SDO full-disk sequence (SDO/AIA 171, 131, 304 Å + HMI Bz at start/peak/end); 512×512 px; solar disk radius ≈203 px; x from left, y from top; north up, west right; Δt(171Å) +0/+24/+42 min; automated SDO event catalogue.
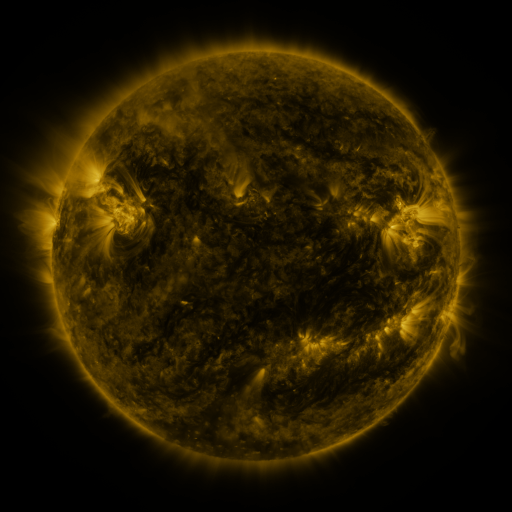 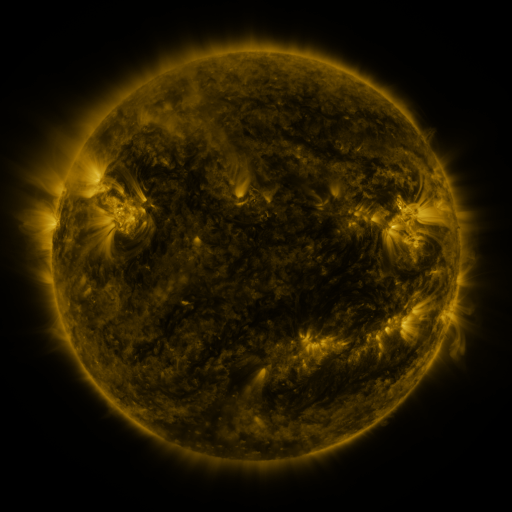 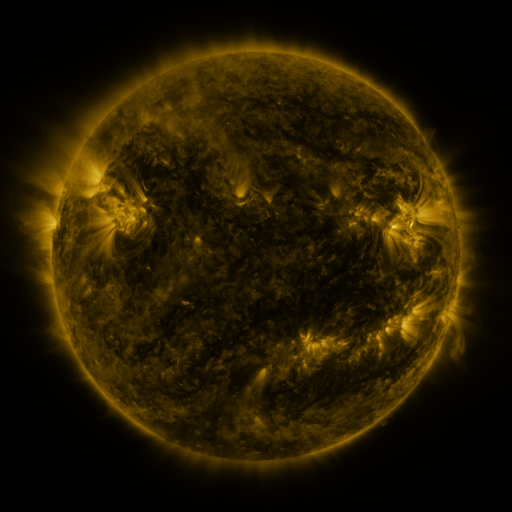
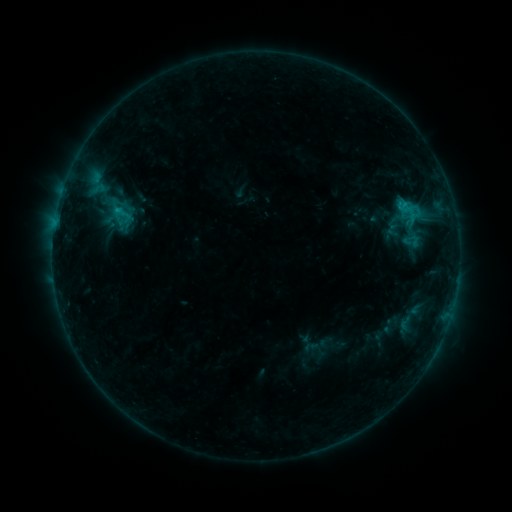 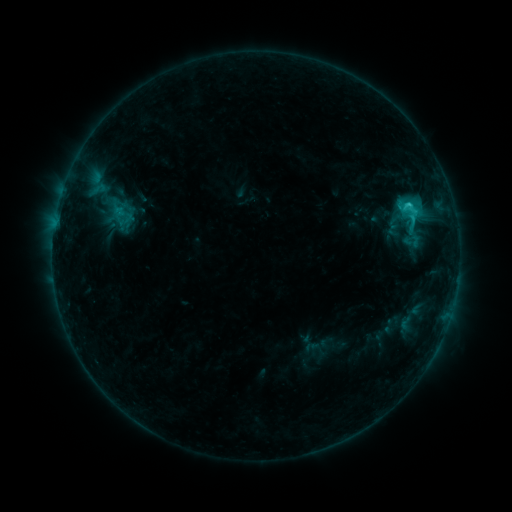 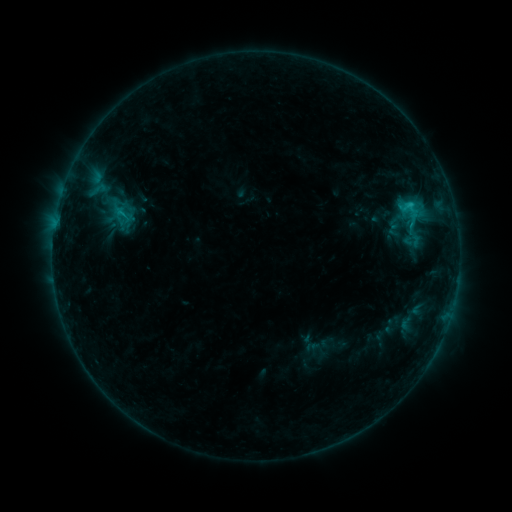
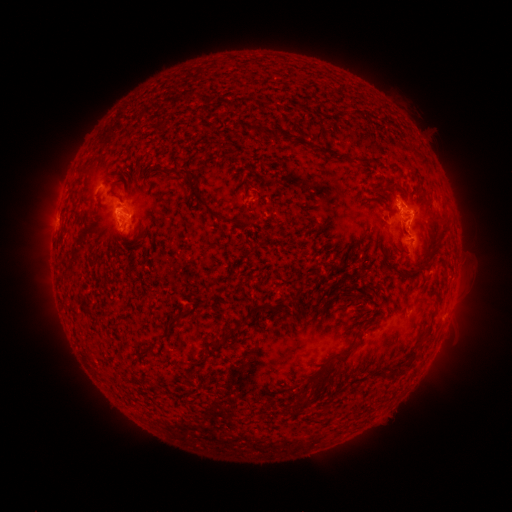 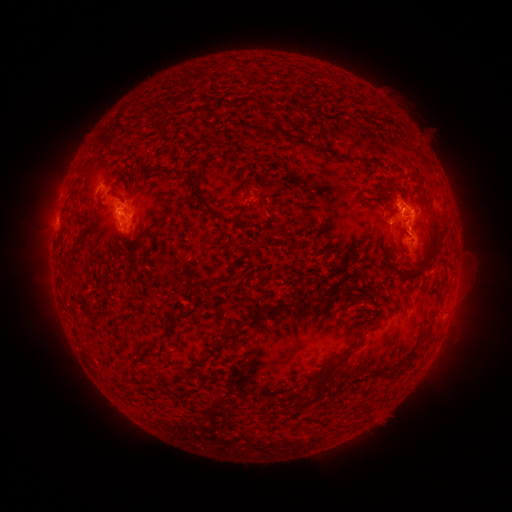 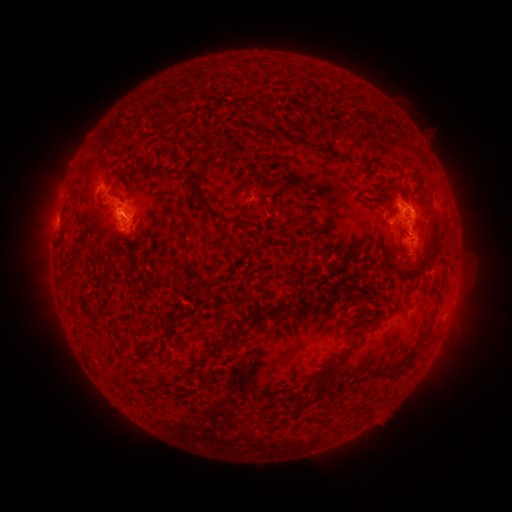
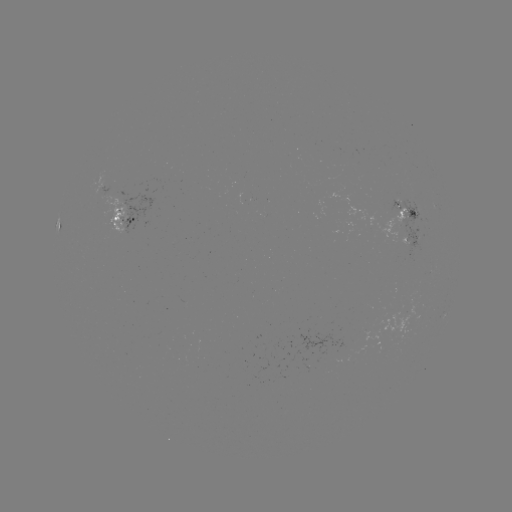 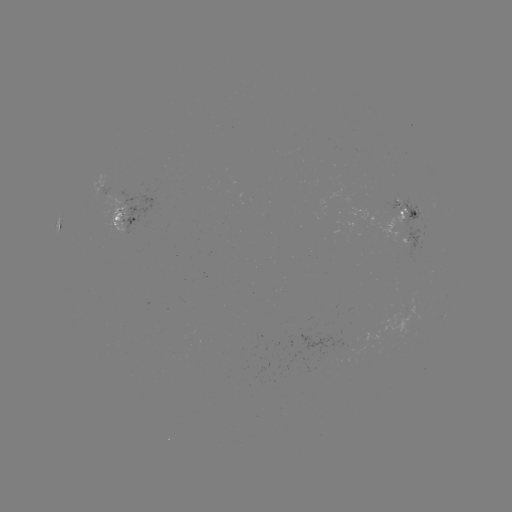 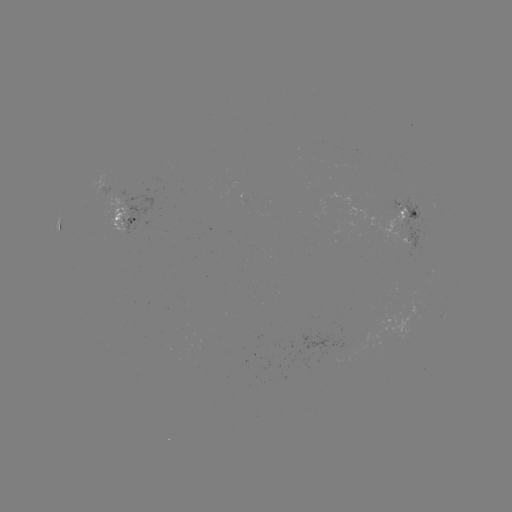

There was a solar flare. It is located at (408, 207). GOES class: C2.0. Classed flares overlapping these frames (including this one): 2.